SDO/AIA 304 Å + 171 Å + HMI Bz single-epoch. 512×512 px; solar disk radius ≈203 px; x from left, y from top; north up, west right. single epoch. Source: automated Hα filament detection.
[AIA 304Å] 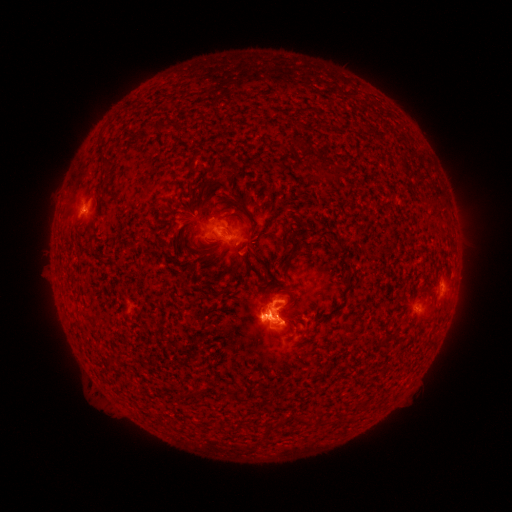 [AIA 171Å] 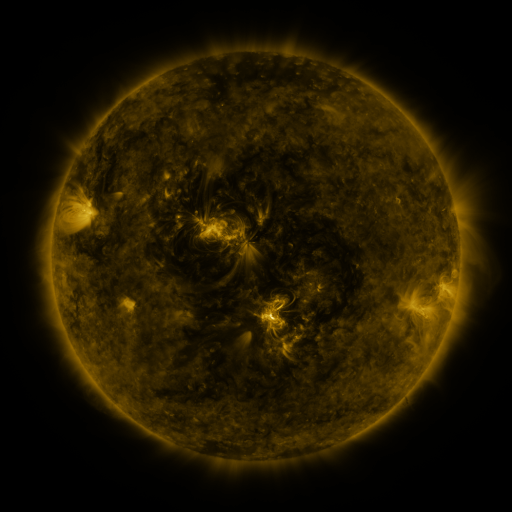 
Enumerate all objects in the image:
filament: (148, 128)
filament: (108, 160)
filament: (239, 197)
filament: (293, 251)
filament: (235, 395)
